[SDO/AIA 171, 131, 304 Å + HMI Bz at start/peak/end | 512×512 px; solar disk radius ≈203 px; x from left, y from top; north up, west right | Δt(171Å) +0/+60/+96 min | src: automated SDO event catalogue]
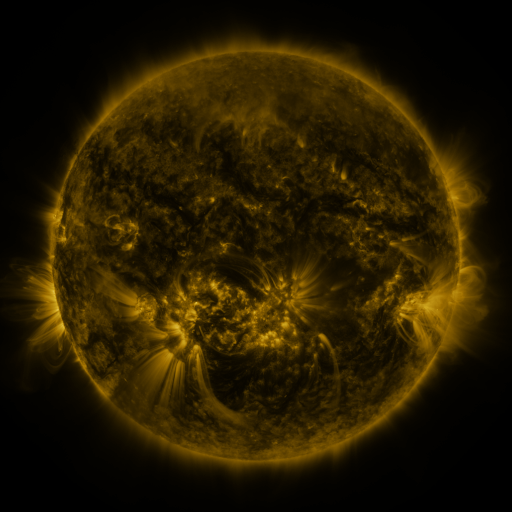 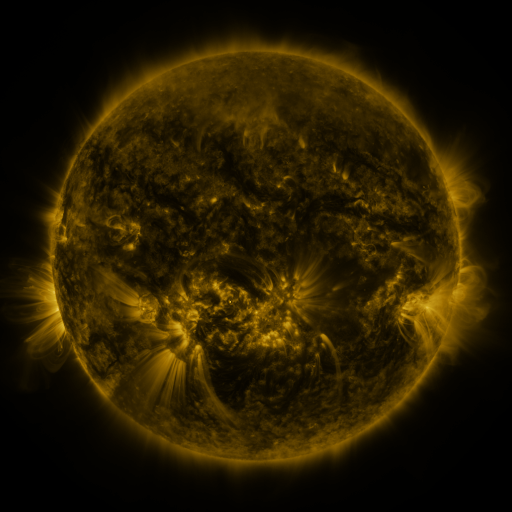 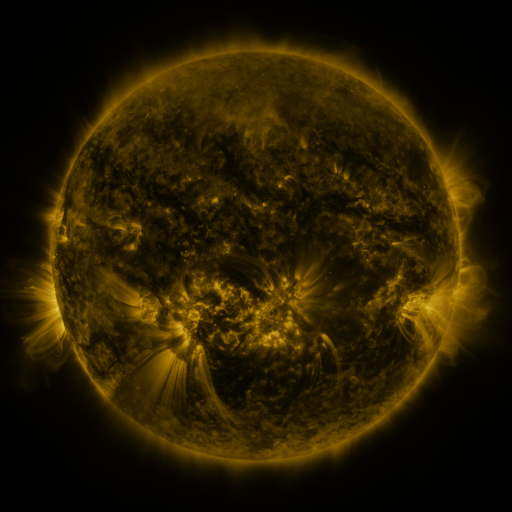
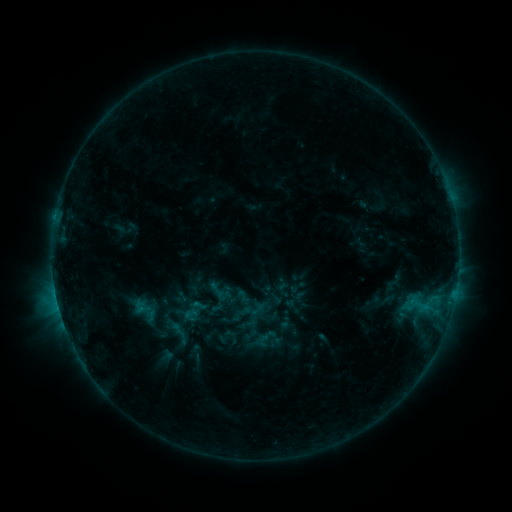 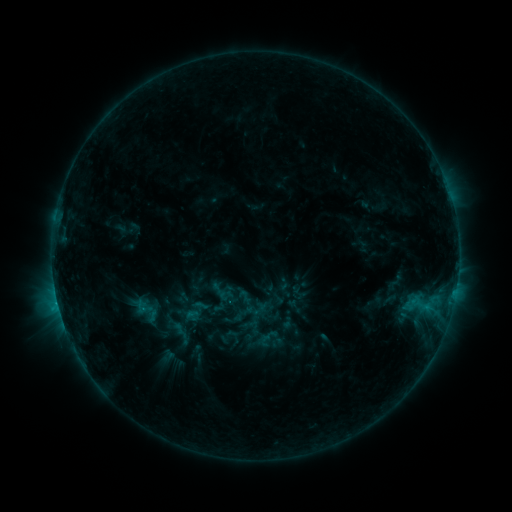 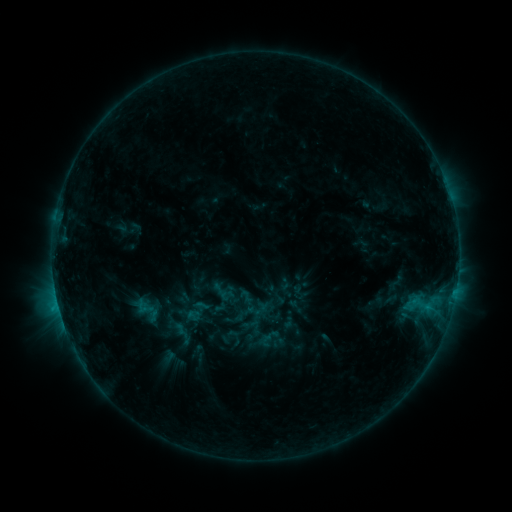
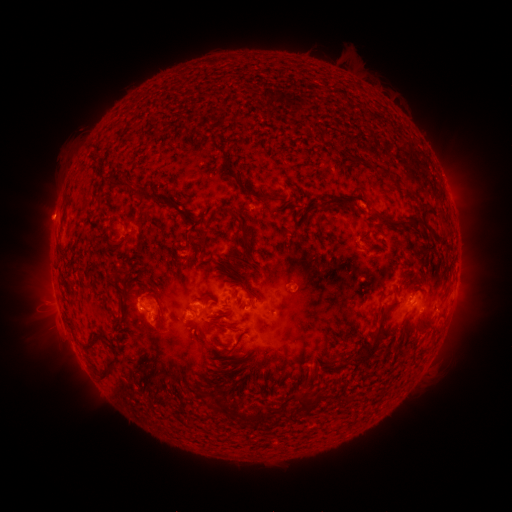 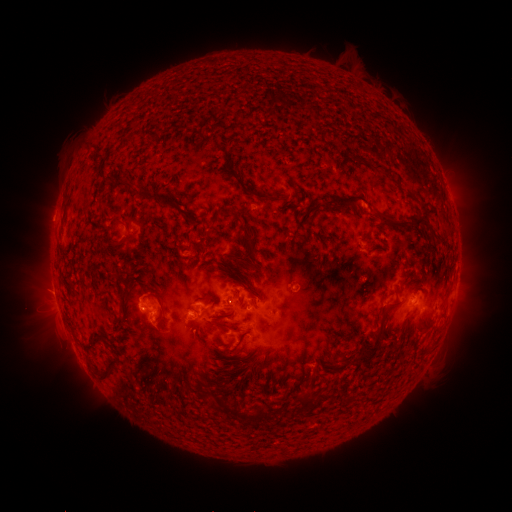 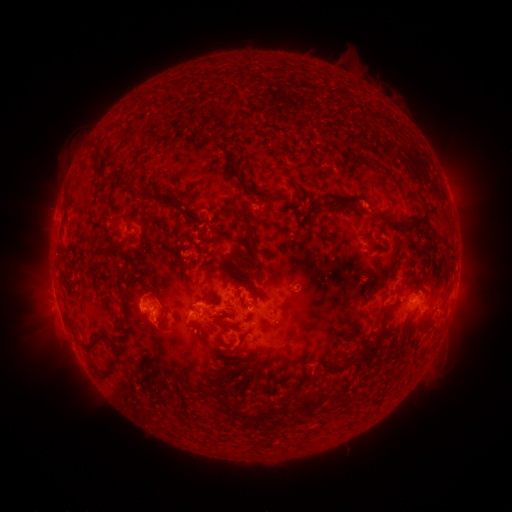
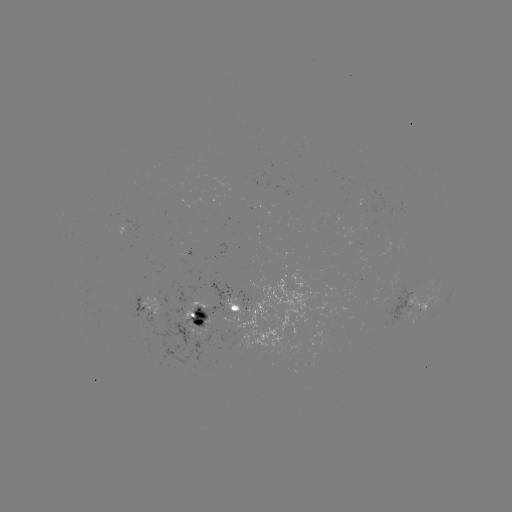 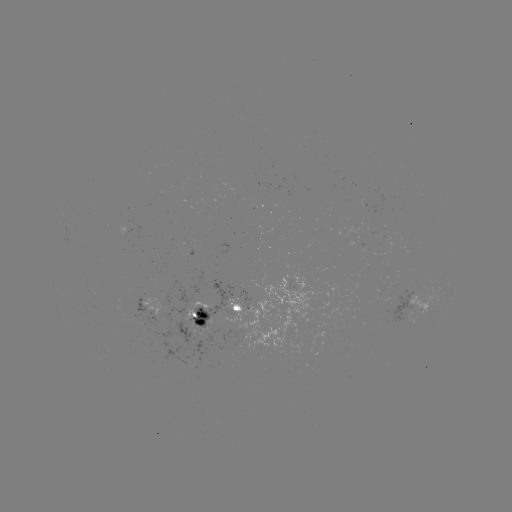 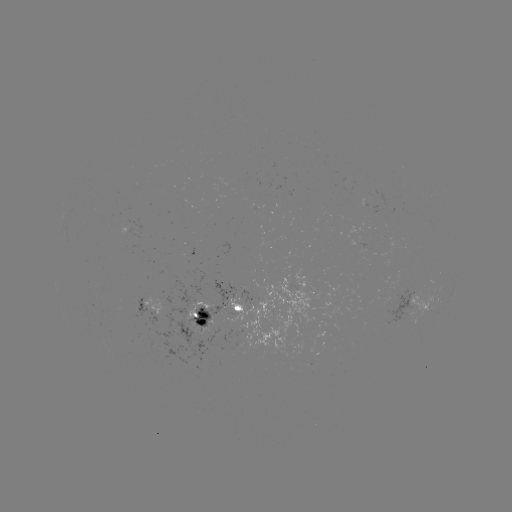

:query emerging-flux region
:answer (195, 327)